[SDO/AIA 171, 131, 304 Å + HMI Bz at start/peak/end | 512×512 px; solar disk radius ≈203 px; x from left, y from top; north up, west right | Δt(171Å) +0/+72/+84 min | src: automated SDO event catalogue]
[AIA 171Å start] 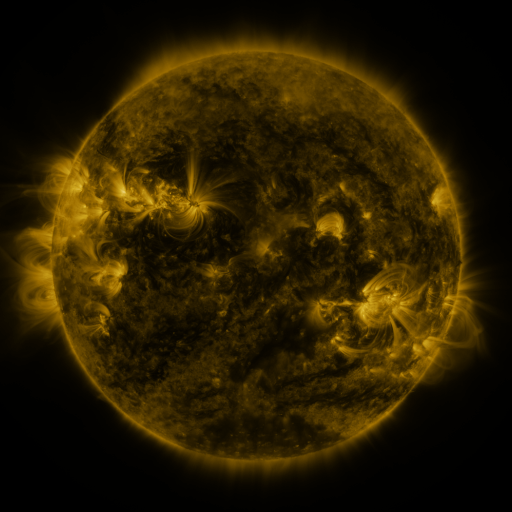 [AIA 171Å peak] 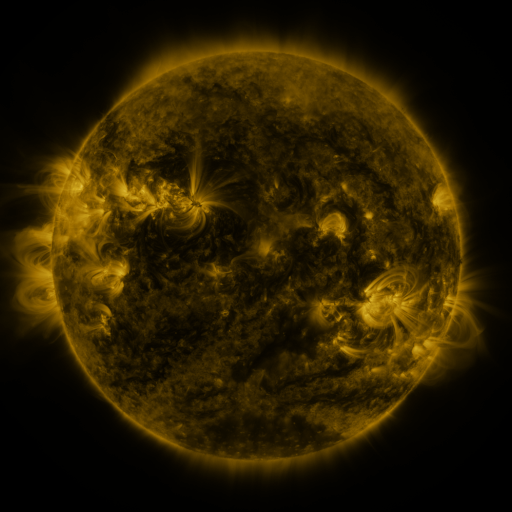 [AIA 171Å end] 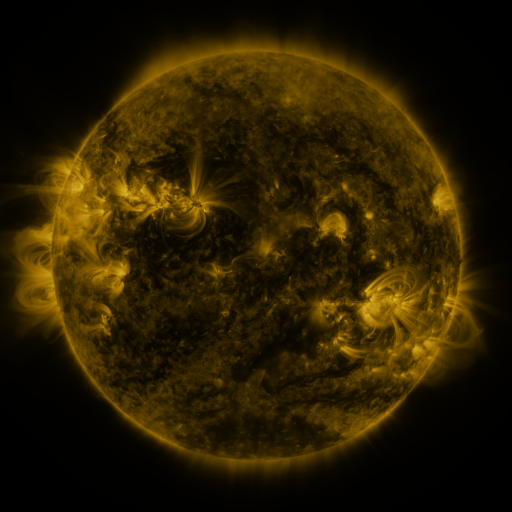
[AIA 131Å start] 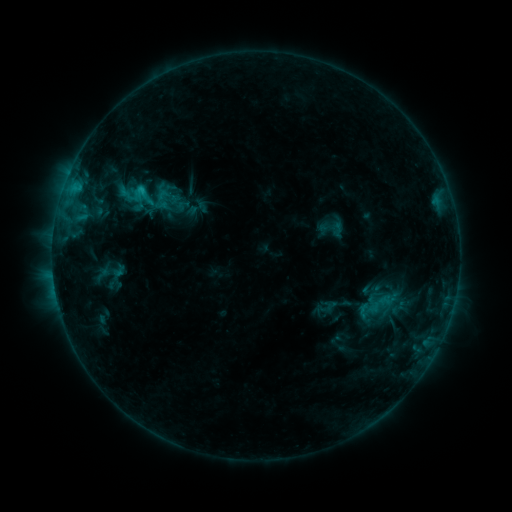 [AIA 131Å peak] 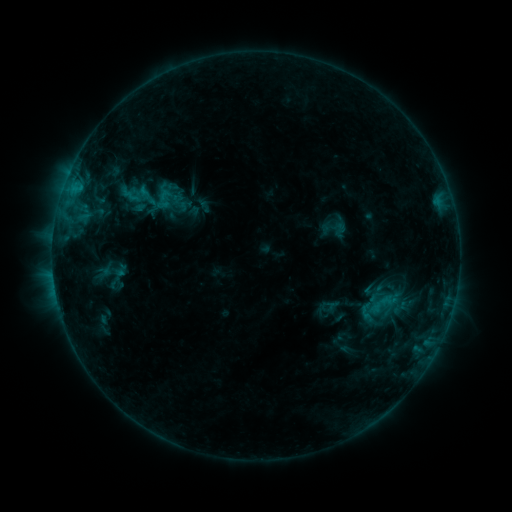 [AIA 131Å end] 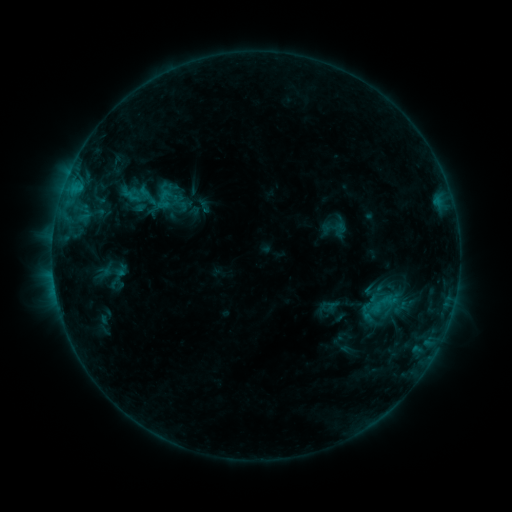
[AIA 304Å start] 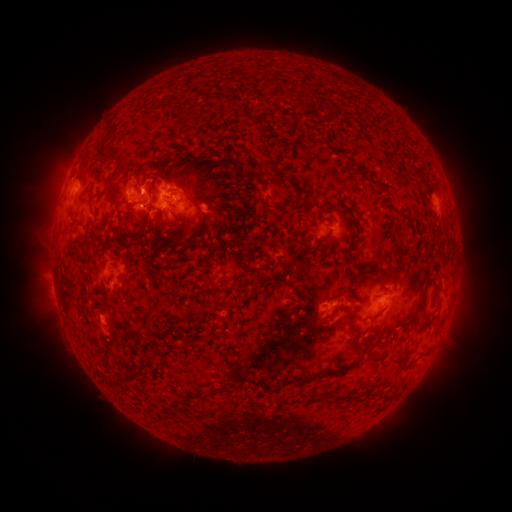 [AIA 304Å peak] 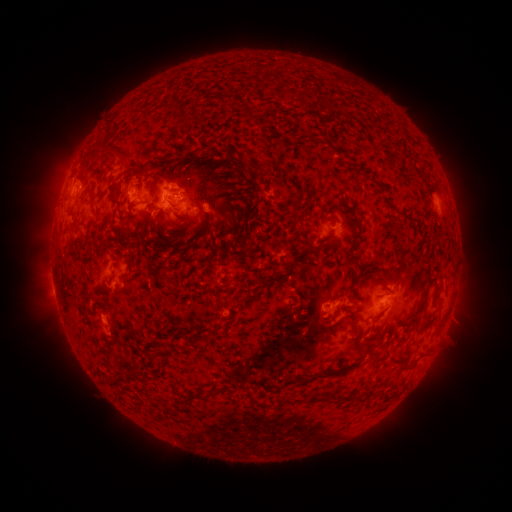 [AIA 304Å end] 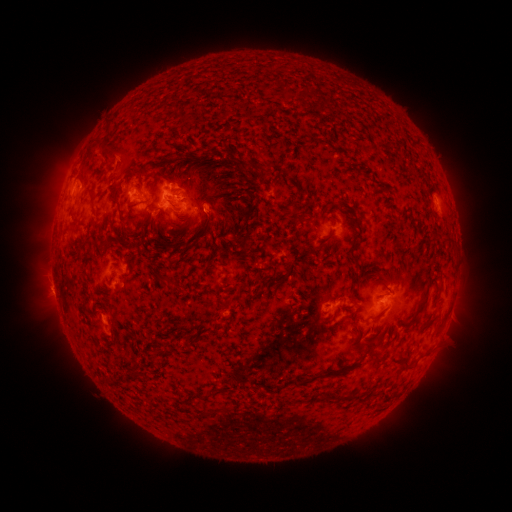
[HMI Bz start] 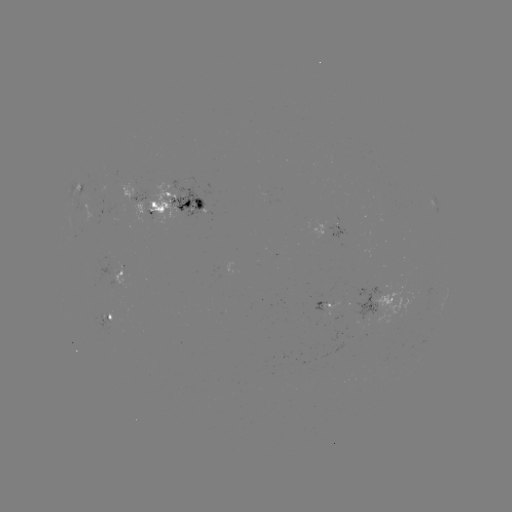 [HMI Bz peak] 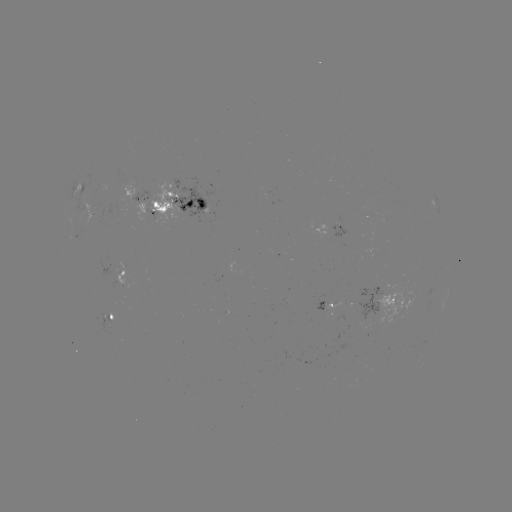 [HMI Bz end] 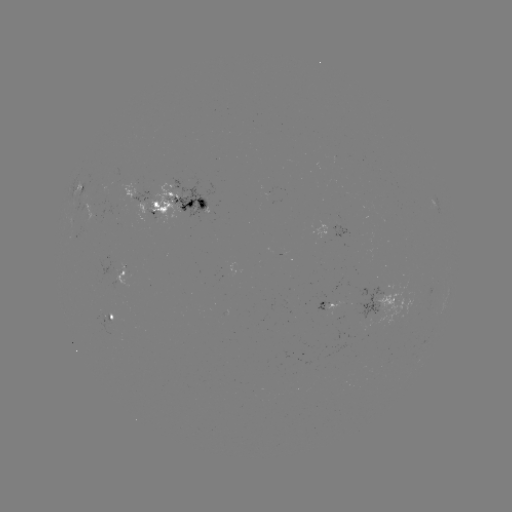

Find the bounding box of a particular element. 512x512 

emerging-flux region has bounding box [356, 287, 381, 319].